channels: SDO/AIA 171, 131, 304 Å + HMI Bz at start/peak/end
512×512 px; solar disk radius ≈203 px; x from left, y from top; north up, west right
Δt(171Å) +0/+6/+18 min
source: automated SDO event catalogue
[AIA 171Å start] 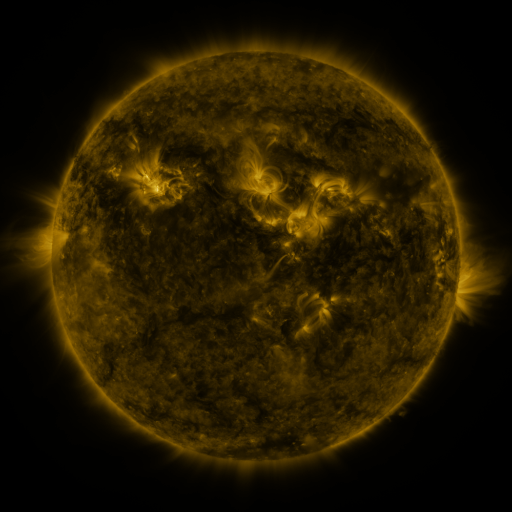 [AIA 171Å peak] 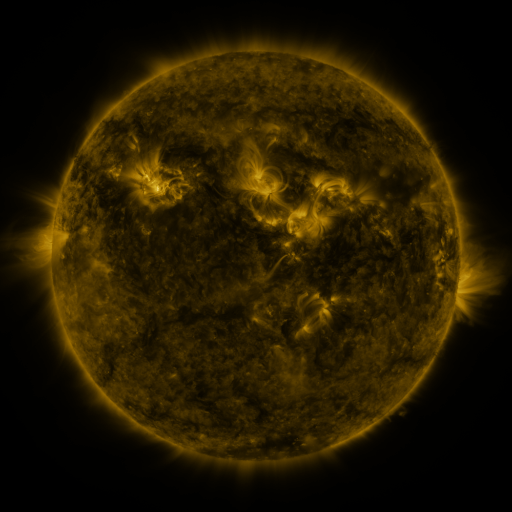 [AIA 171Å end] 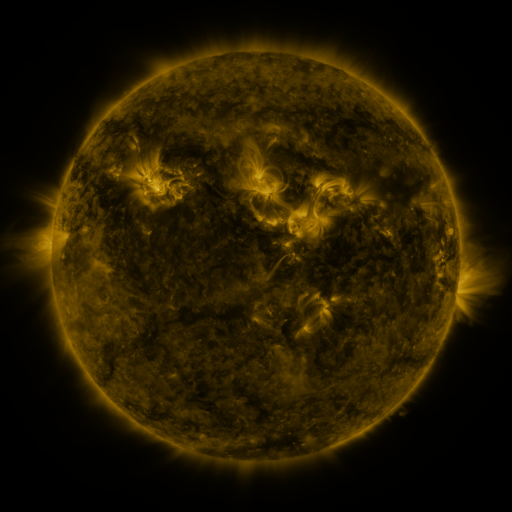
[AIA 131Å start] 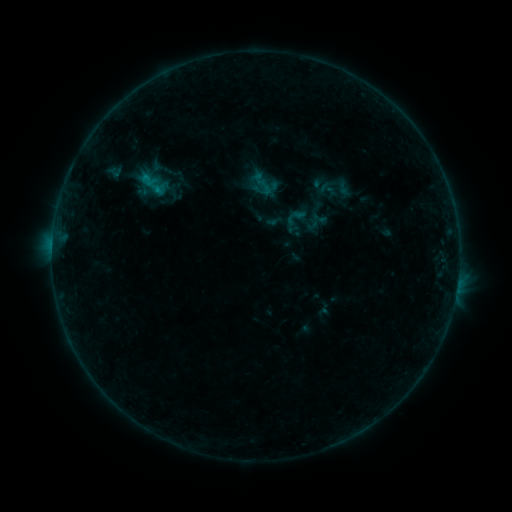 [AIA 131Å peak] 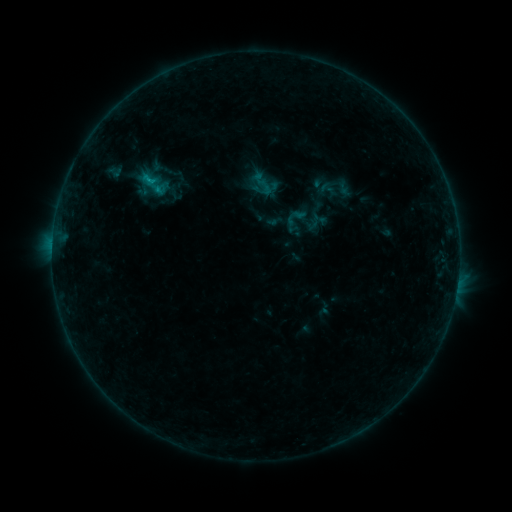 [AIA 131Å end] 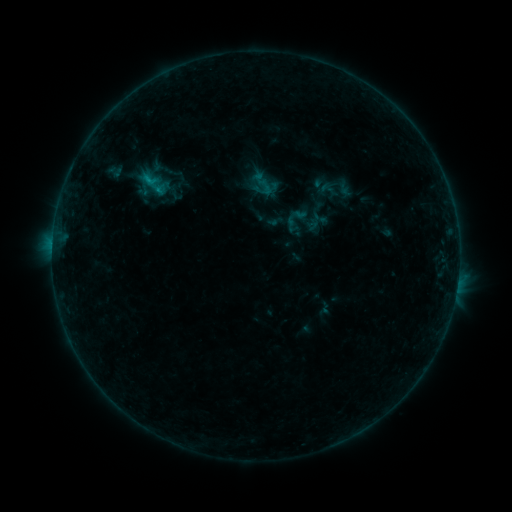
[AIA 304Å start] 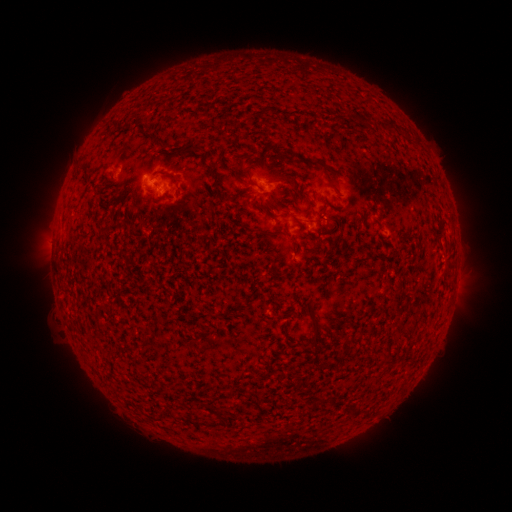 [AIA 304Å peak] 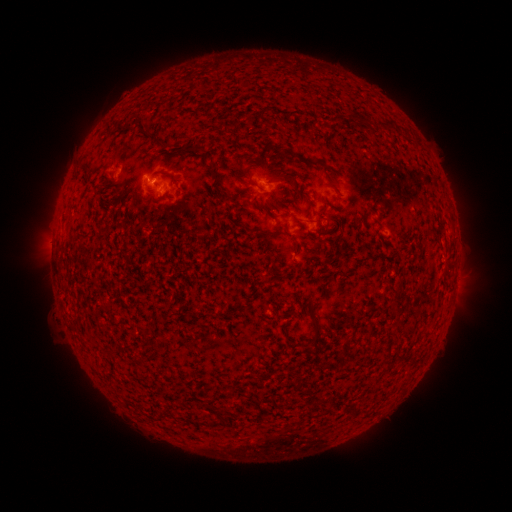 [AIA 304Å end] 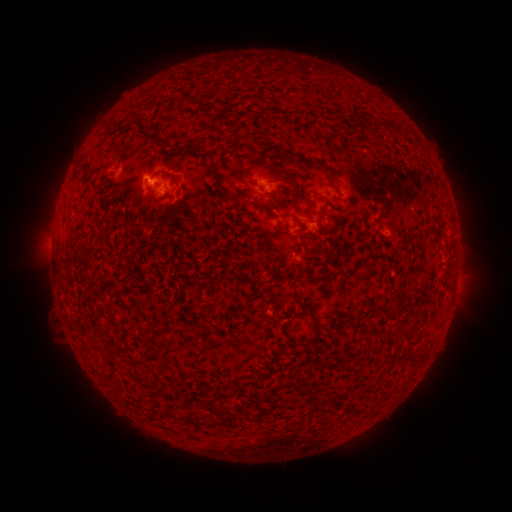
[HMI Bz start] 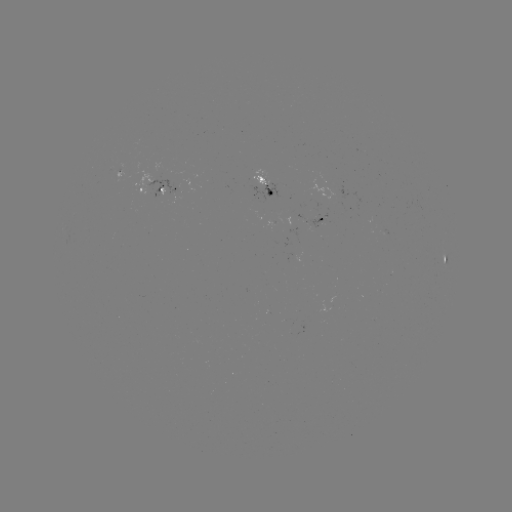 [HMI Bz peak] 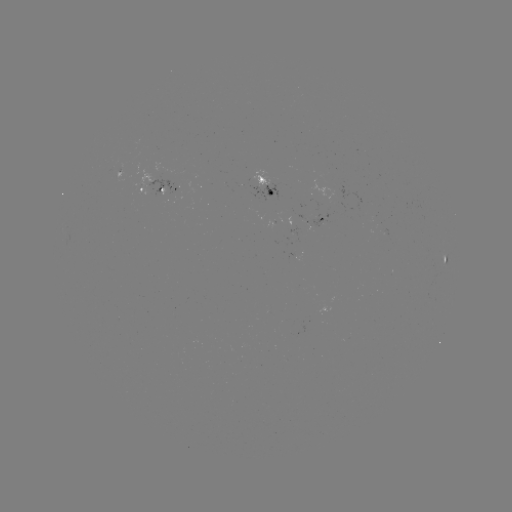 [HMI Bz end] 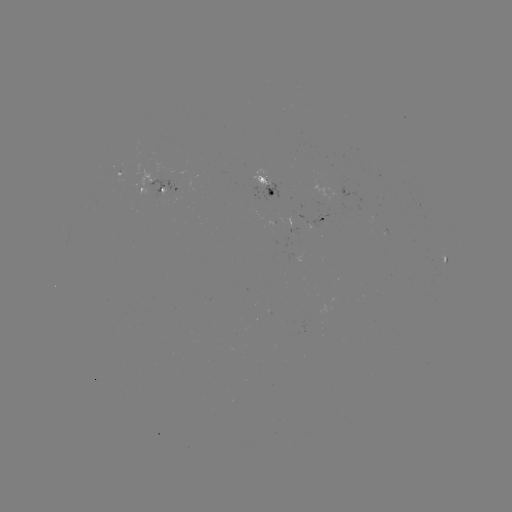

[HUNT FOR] B4.8 flare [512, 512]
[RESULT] [150, 181]